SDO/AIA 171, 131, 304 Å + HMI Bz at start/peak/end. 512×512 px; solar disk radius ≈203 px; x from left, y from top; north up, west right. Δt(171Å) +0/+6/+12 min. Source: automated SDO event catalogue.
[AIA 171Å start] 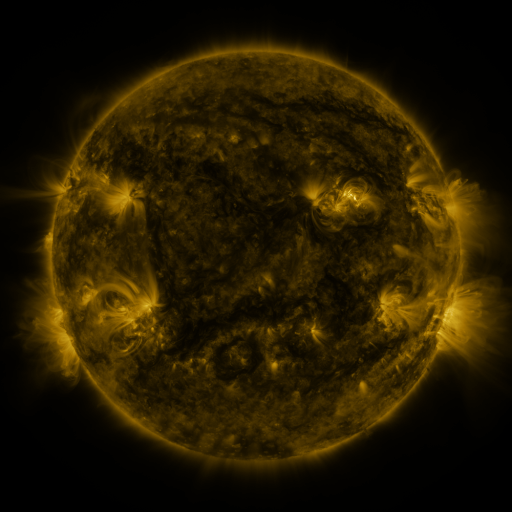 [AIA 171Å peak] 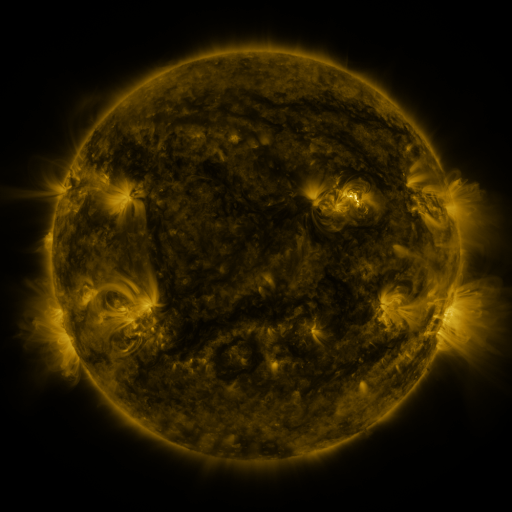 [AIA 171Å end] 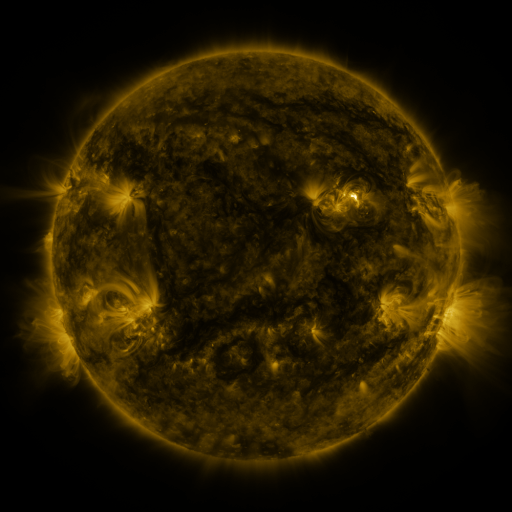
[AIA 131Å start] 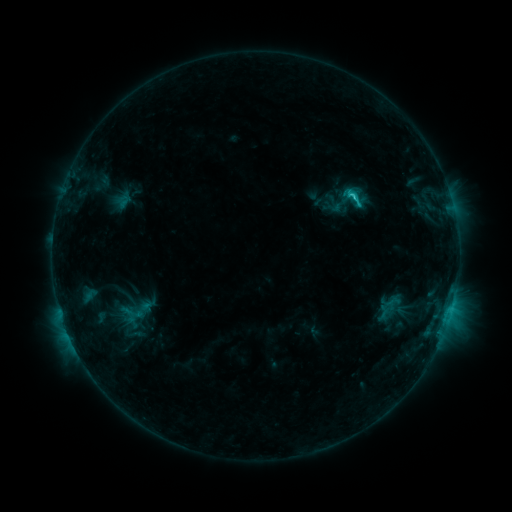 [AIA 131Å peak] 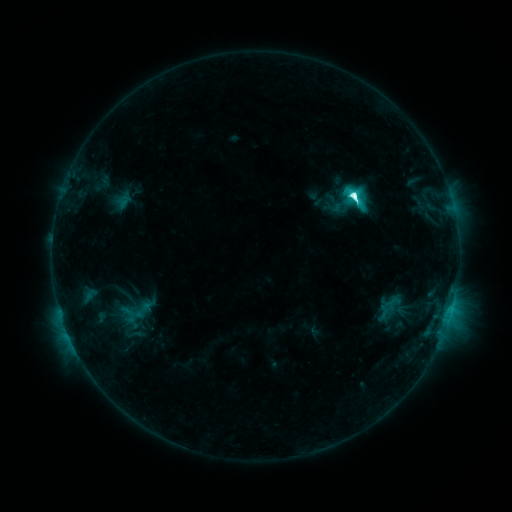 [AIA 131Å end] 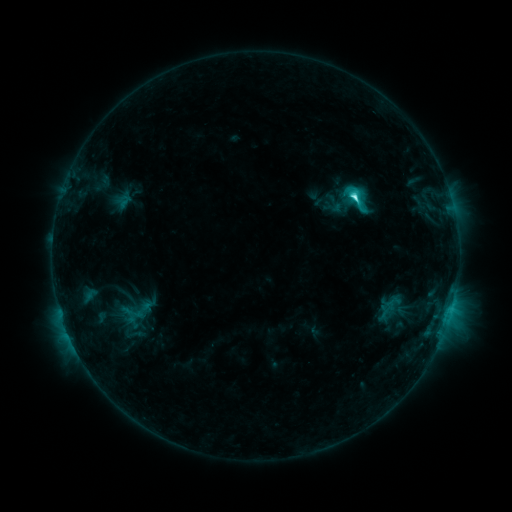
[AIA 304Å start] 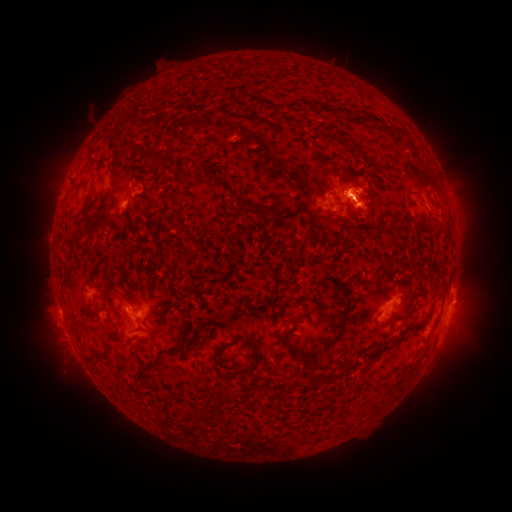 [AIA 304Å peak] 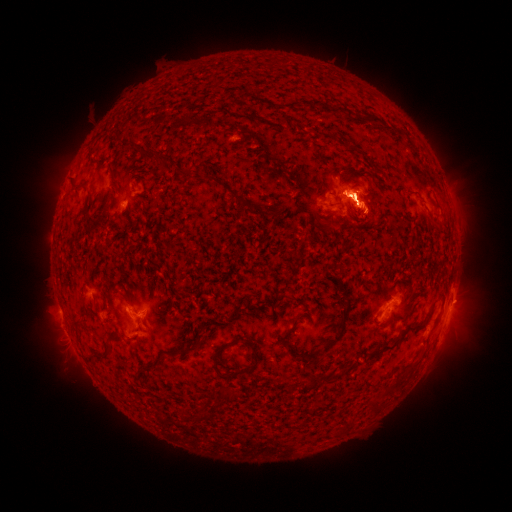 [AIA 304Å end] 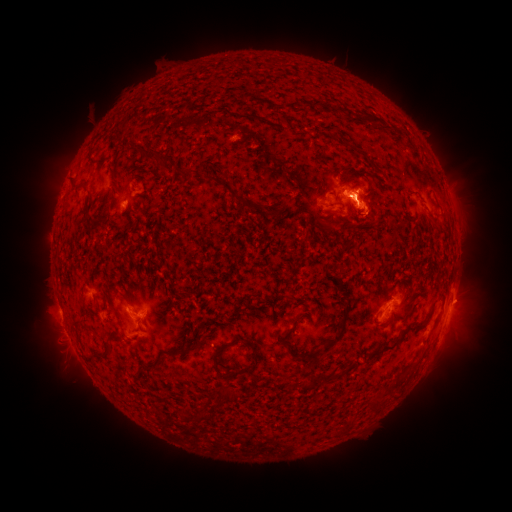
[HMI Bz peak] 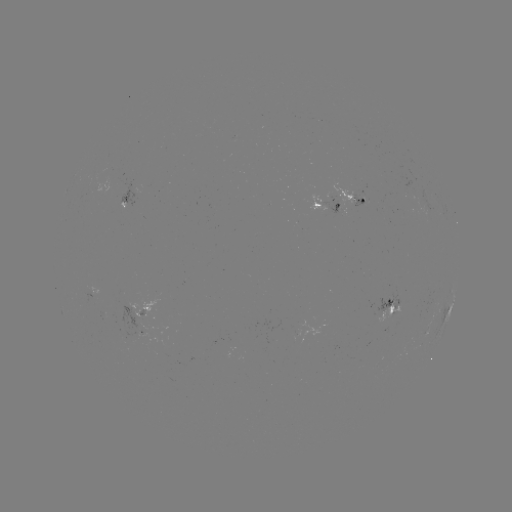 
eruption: [35, 128, 100, 221]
